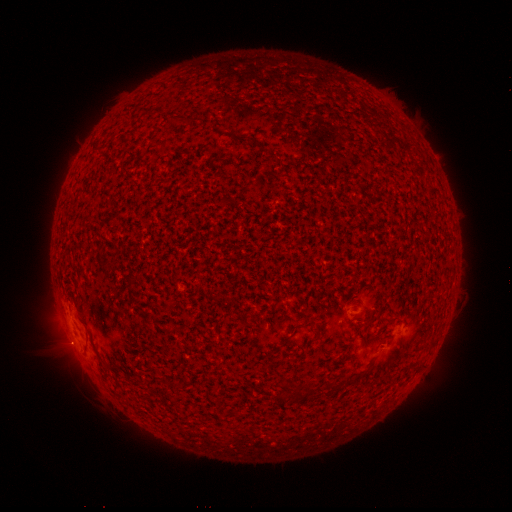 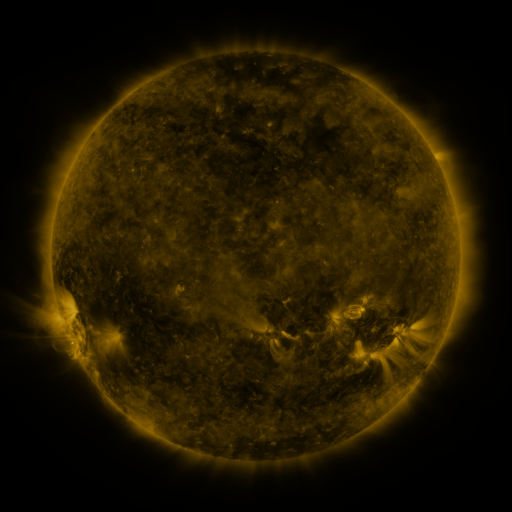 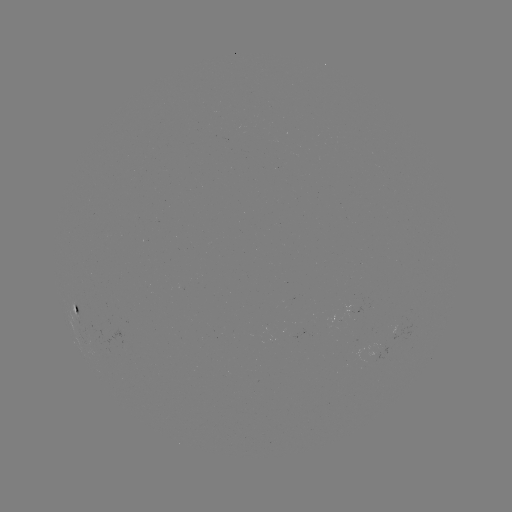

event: spotted active region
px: (74, 309)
